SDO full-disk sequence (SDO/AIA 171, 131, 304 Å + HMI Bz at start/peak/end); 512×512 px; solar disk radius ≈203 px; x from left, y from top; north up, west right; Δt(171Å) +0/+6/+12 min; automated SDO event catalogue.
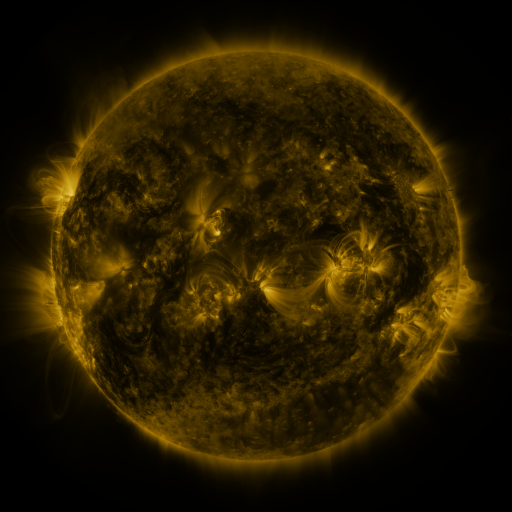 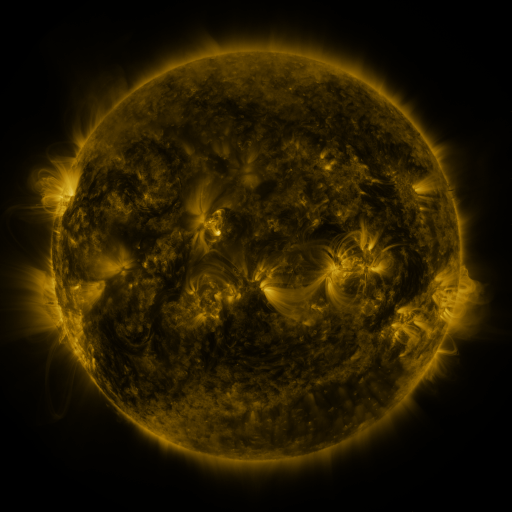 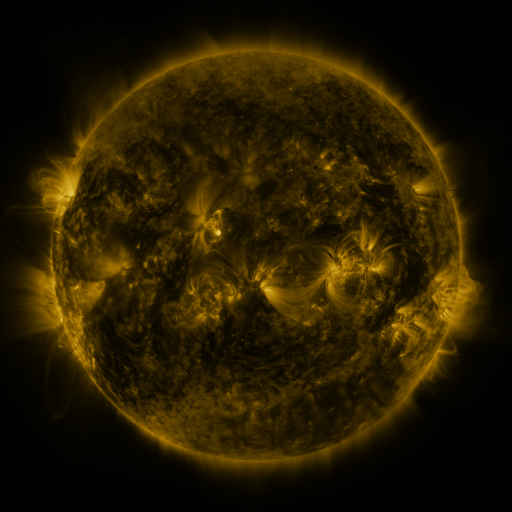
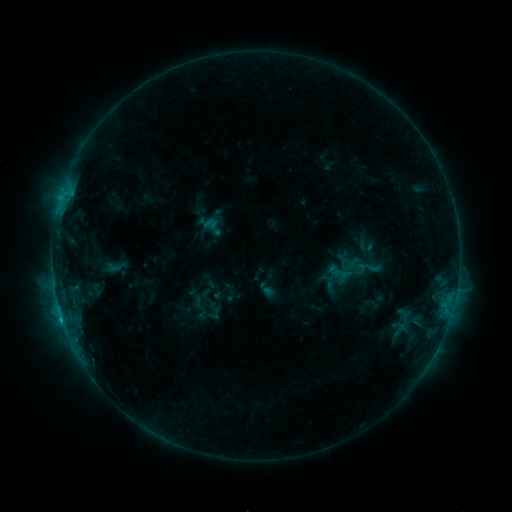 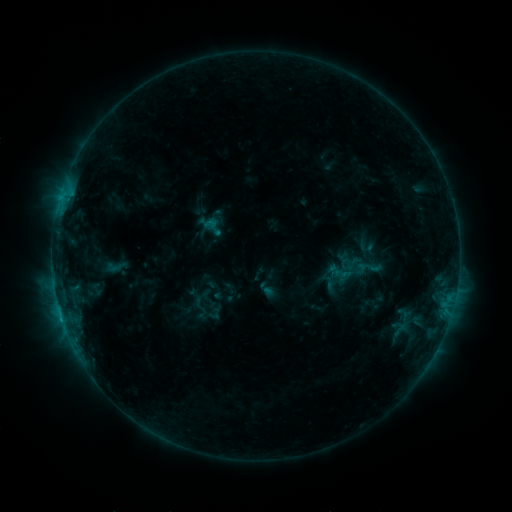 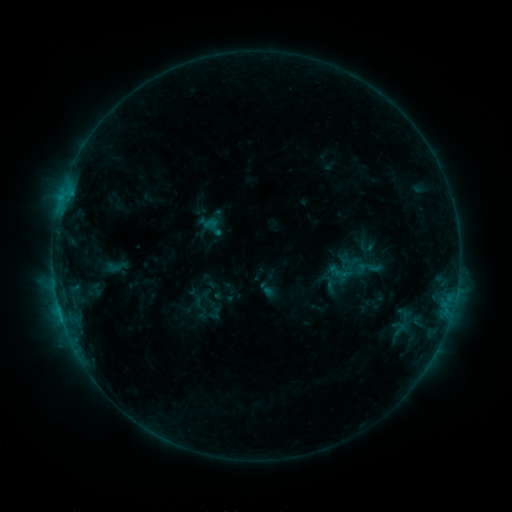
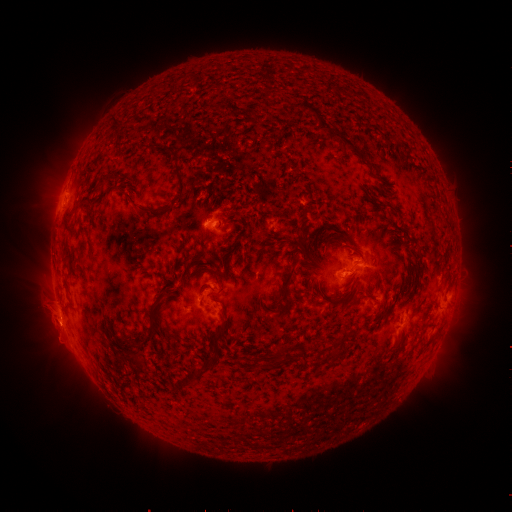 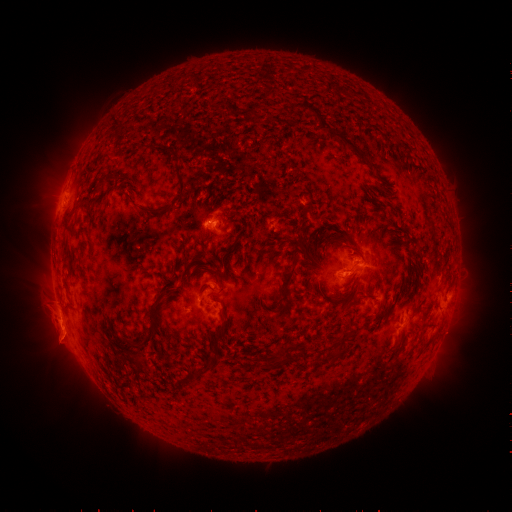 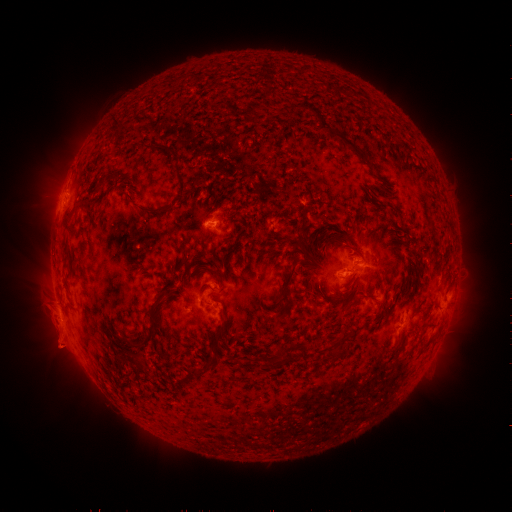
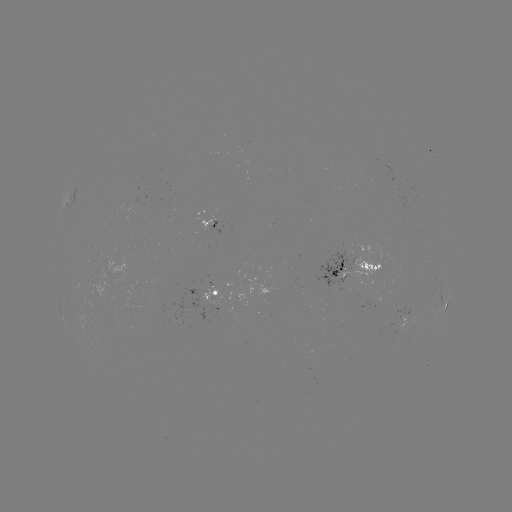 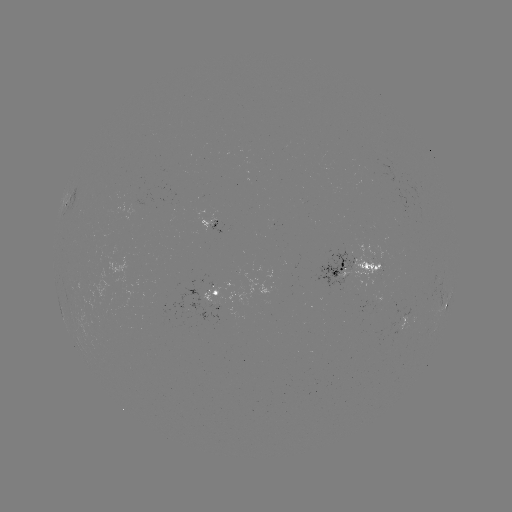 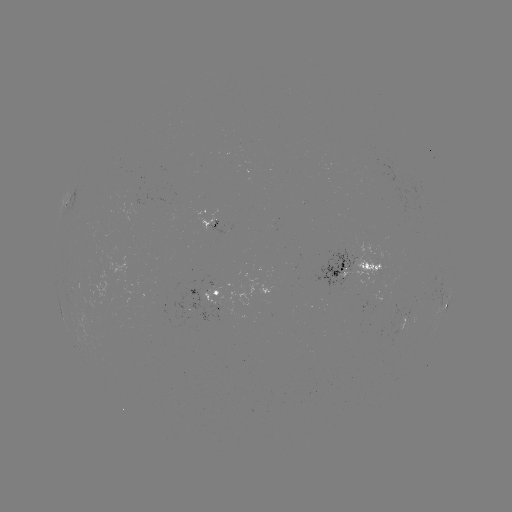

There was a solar eruption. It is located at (59, 340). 